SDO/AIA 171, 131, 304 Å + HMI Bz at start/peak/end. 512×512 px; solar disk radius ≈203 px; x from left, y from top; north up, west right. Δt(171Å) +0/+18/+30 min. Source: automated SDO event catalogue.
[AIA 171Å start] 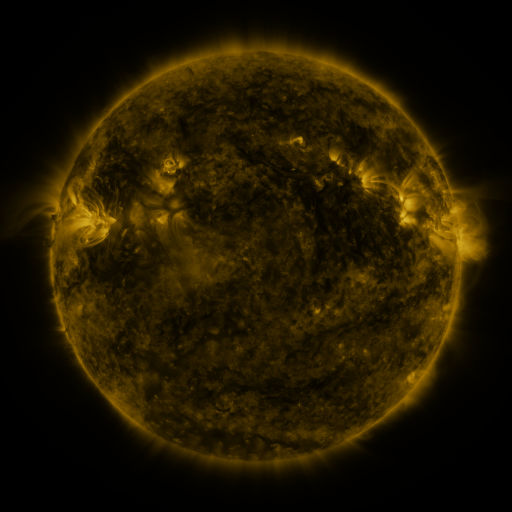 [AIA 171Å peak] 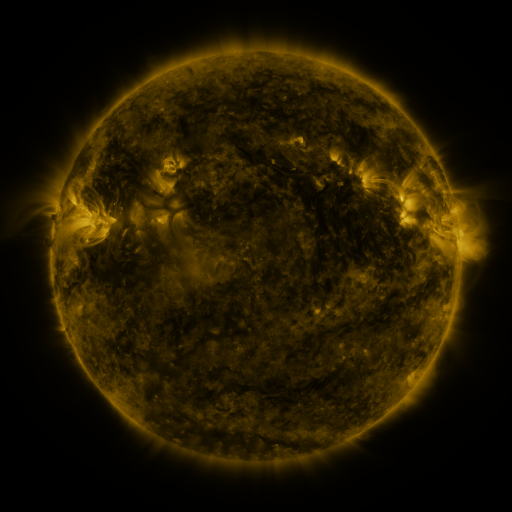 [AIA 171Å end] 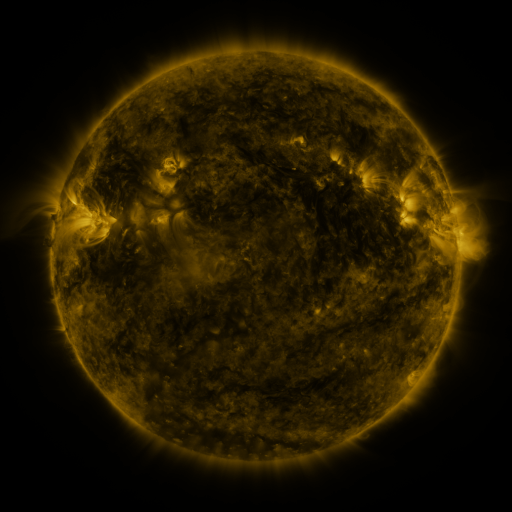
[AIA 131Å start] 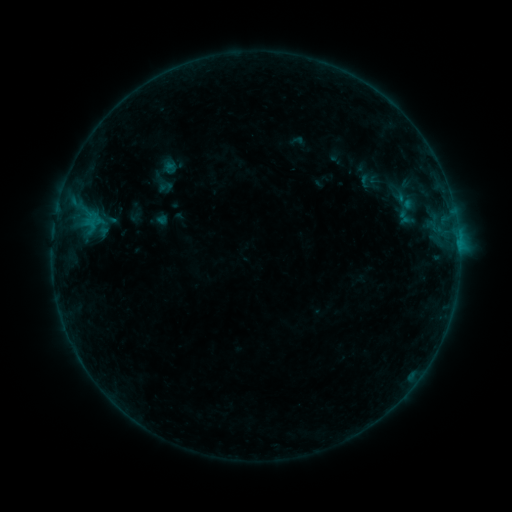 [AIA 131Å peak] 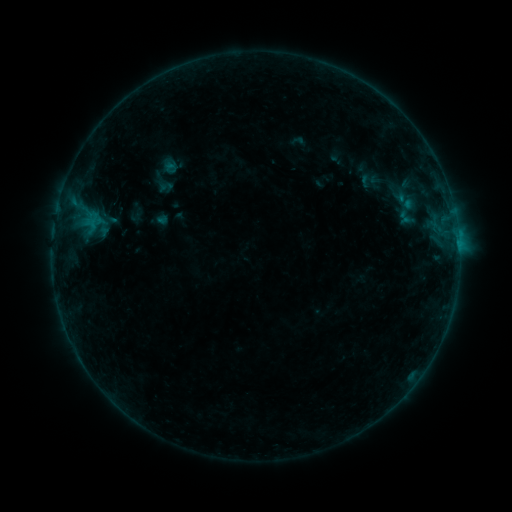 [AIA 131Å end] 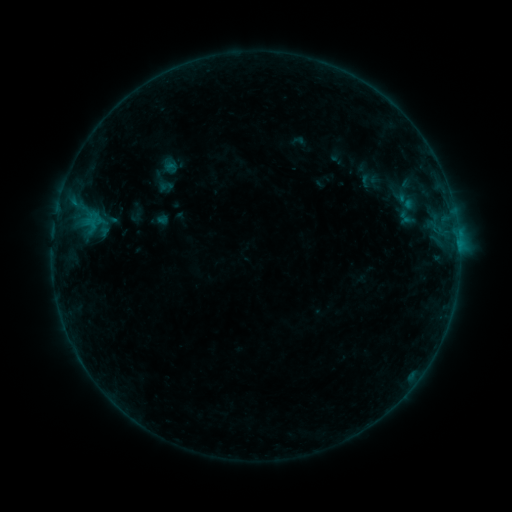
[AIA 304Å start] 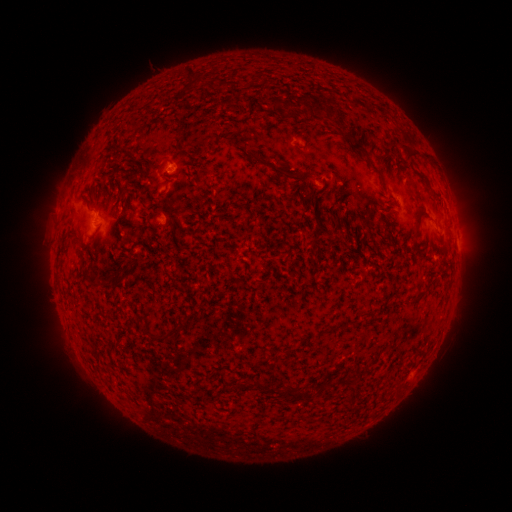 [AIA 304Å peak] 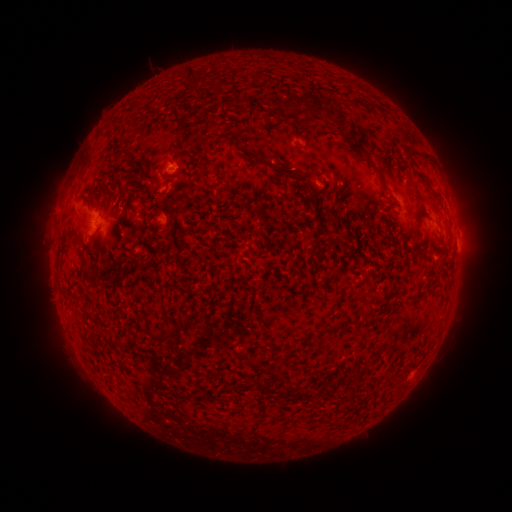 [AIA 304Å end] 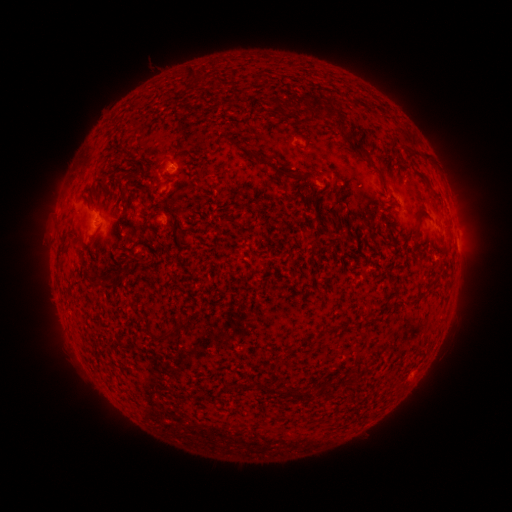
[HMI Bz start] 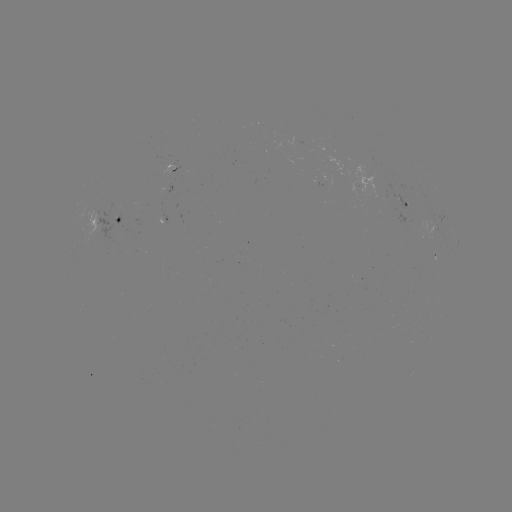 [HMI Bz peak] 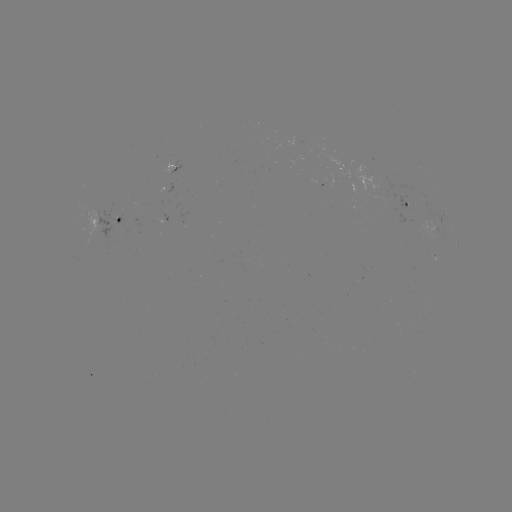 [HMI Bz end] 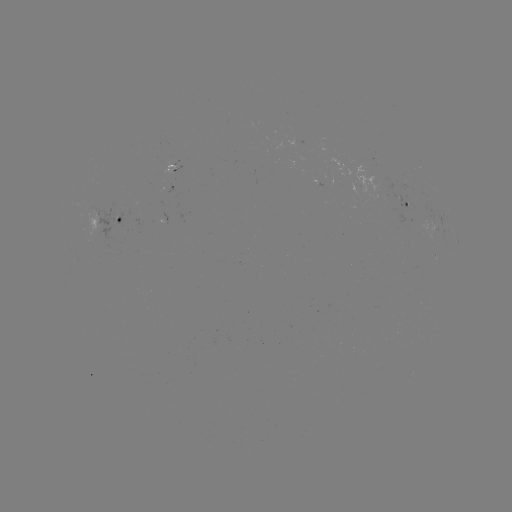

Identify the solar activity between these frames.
no catalogued flare and no flagged EUV brightening in this window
